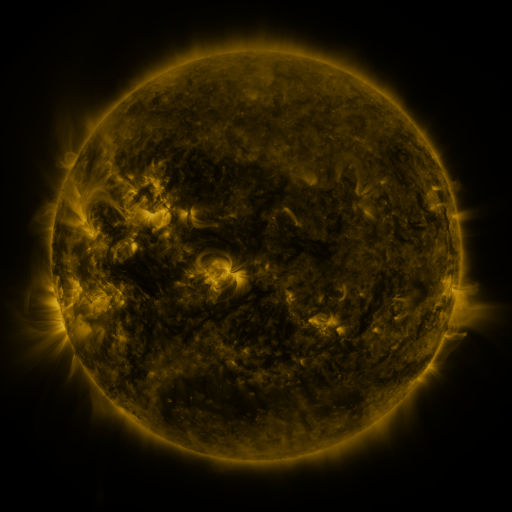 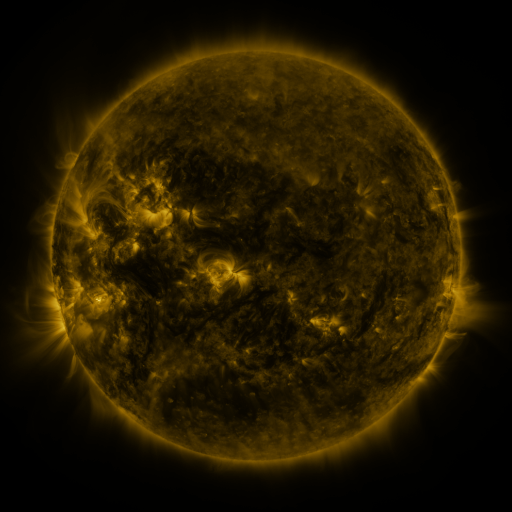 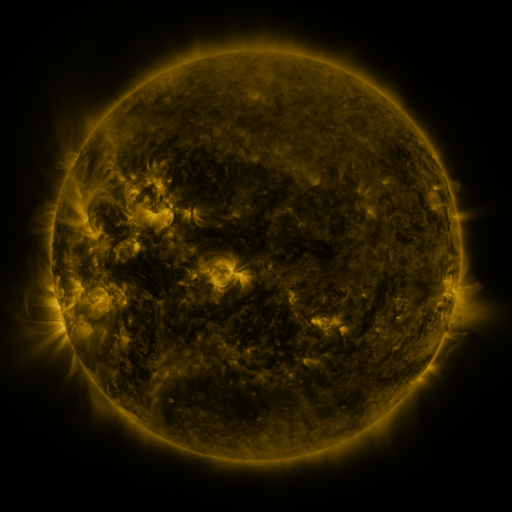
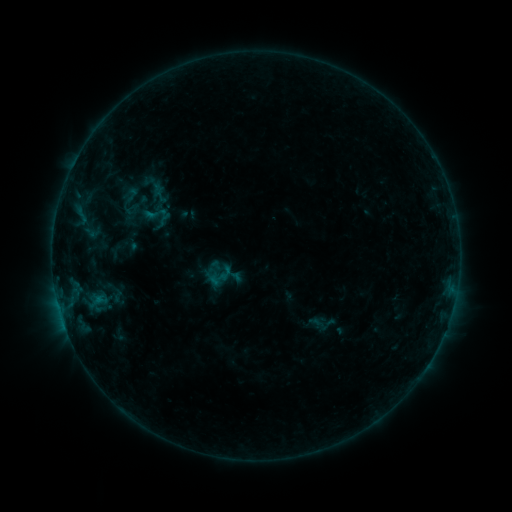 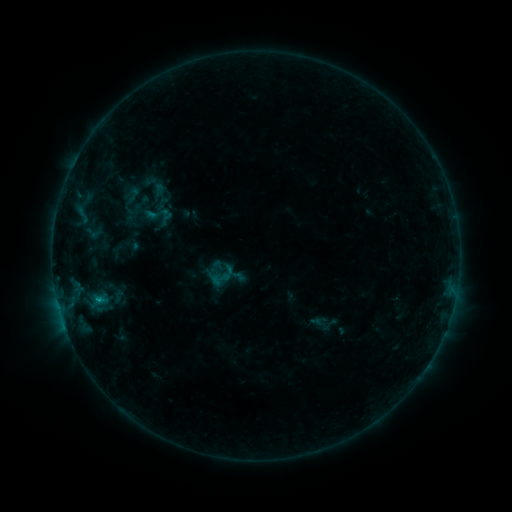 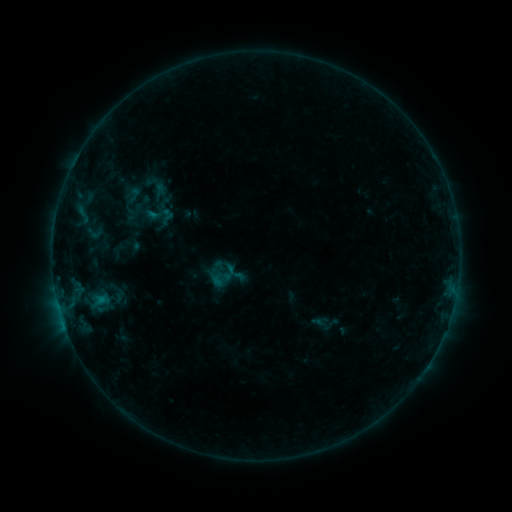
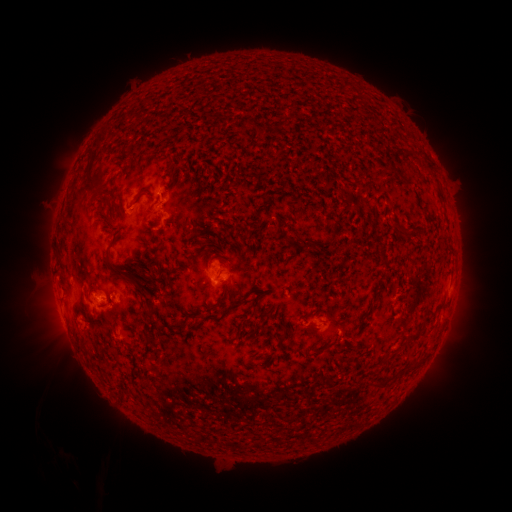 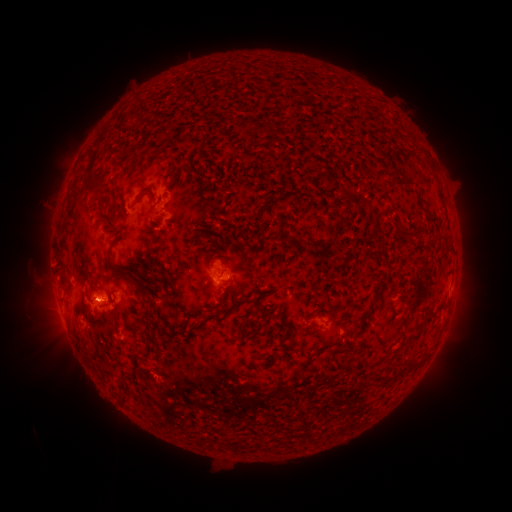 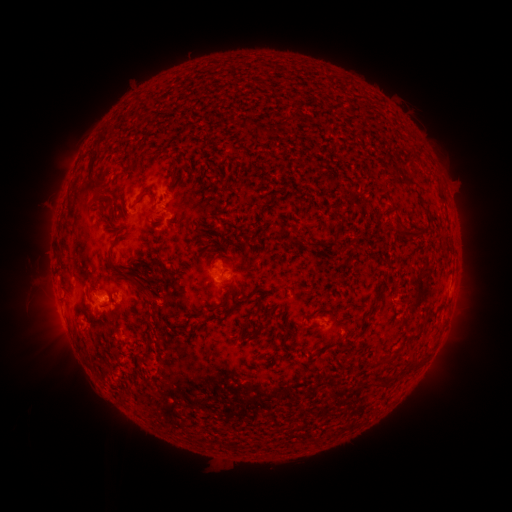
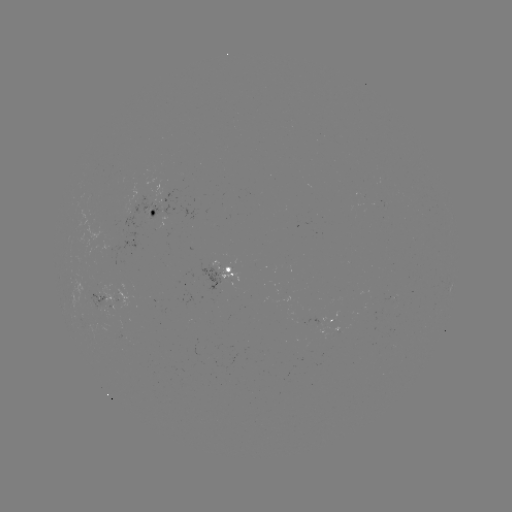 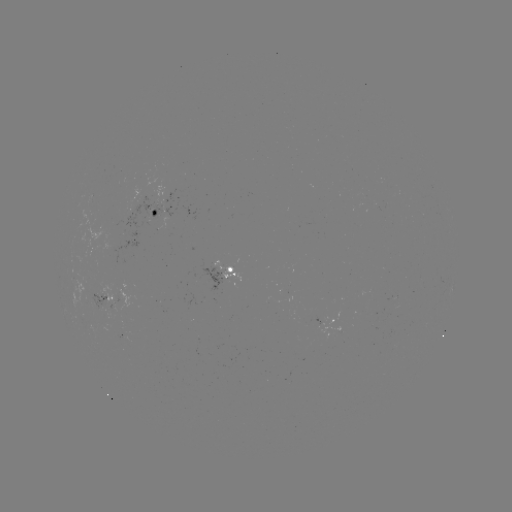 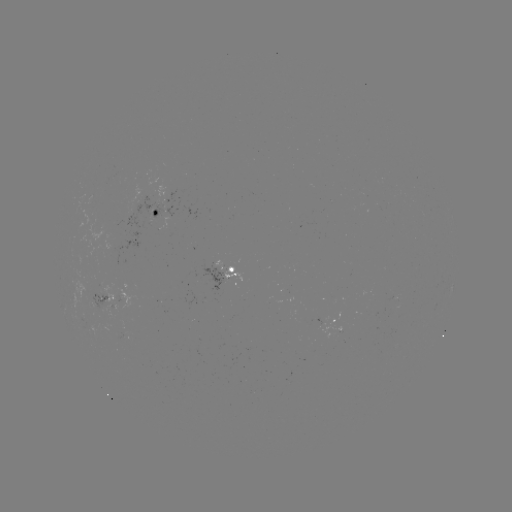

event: emerging-flux region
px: (165, 194)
